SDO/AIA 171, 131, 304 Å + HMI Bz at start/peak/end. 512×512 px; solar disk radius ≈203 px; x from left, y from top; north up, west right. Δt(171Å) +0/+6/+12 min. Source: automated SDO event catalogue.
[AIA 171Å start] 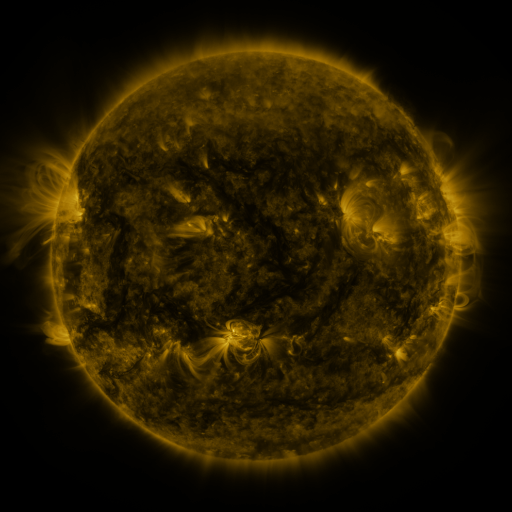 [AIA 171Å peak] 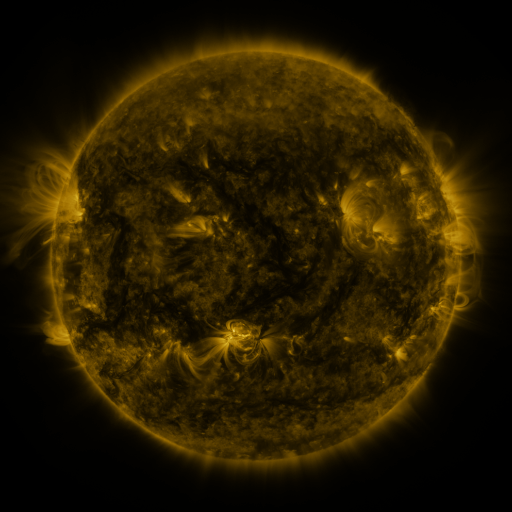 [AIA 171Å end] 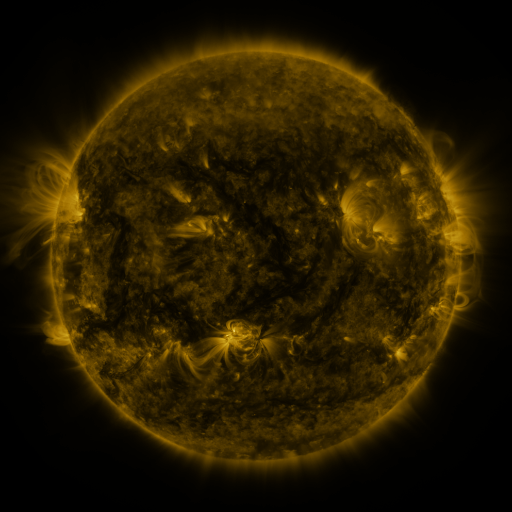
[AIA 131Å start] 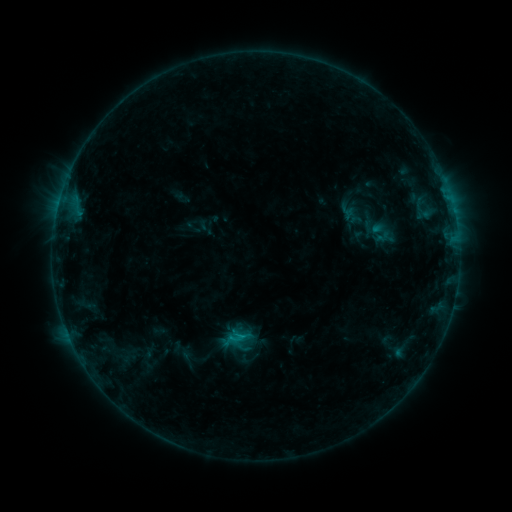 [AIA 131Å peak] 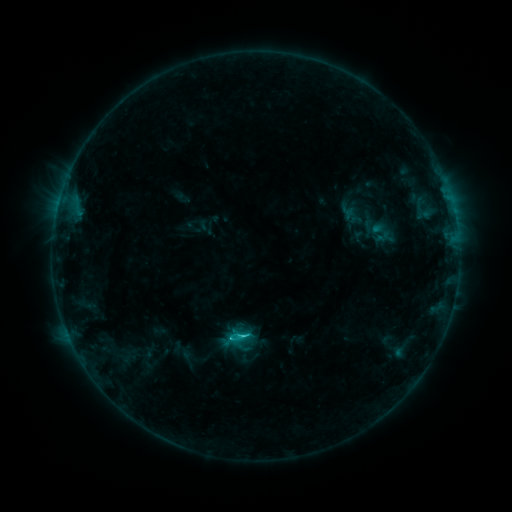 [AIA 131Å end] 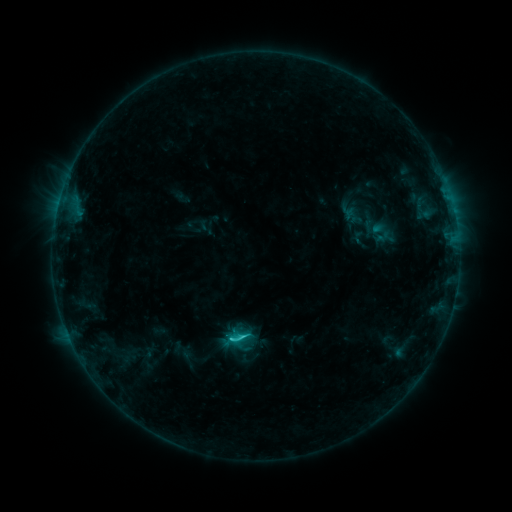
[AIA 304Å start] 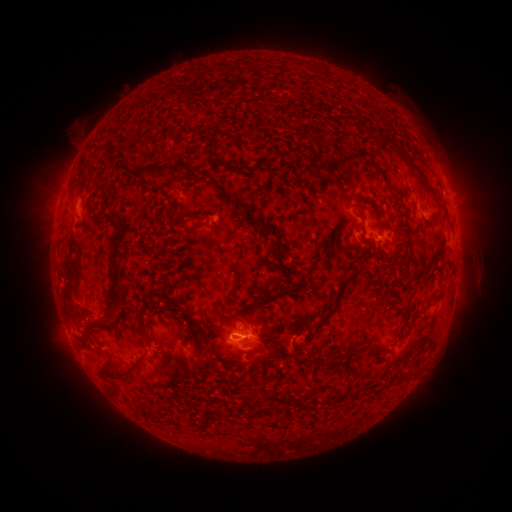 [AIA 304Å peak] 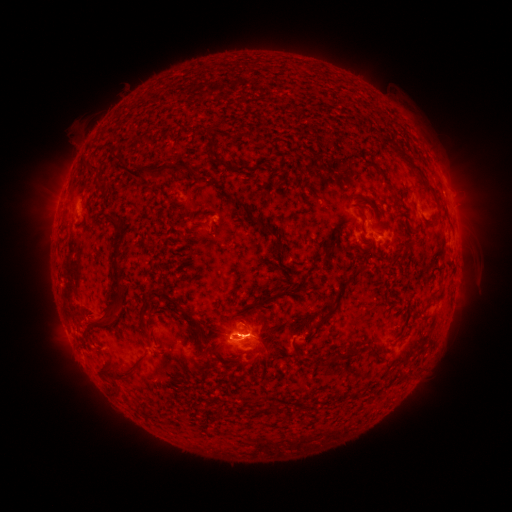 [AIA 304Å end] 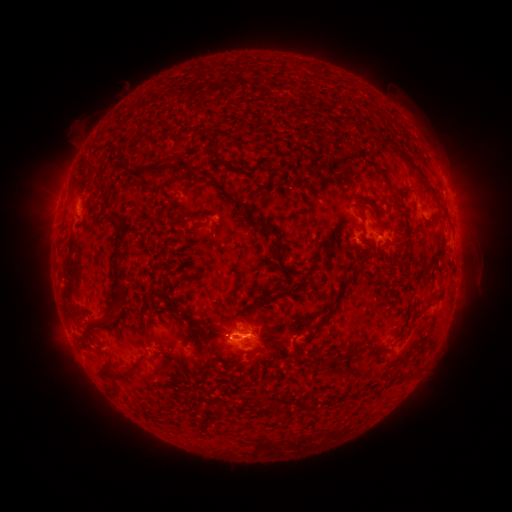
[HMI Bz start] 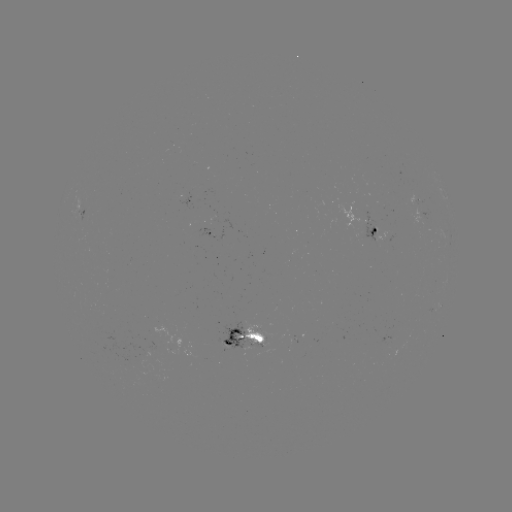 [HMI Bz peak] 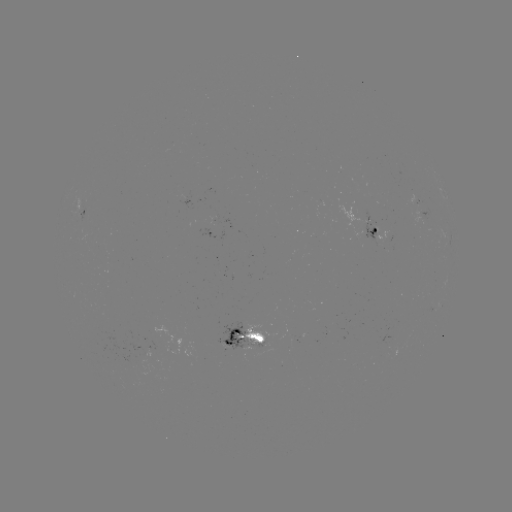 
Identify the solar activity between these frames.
C1.7 flare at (245, 336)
